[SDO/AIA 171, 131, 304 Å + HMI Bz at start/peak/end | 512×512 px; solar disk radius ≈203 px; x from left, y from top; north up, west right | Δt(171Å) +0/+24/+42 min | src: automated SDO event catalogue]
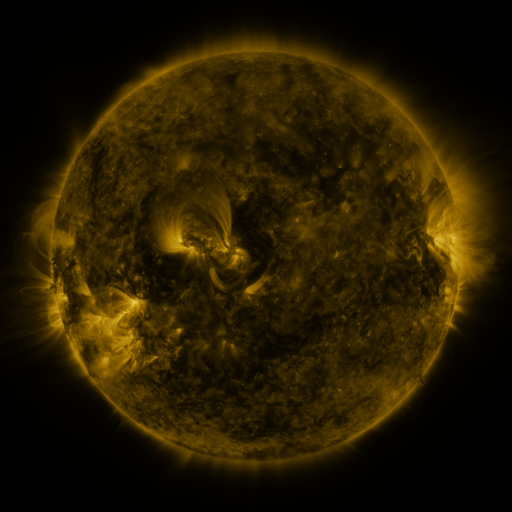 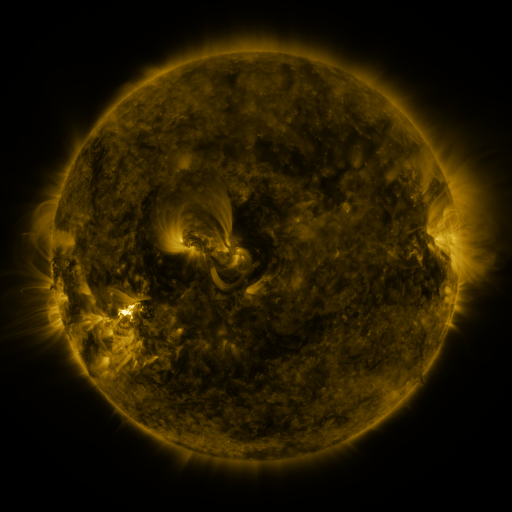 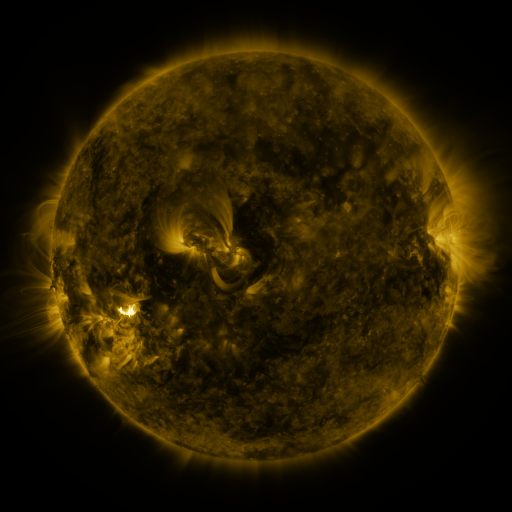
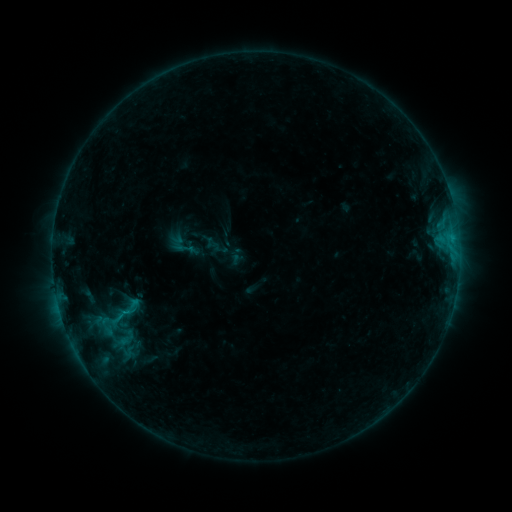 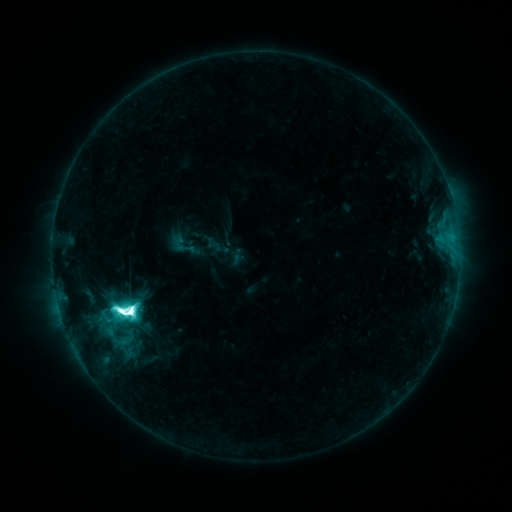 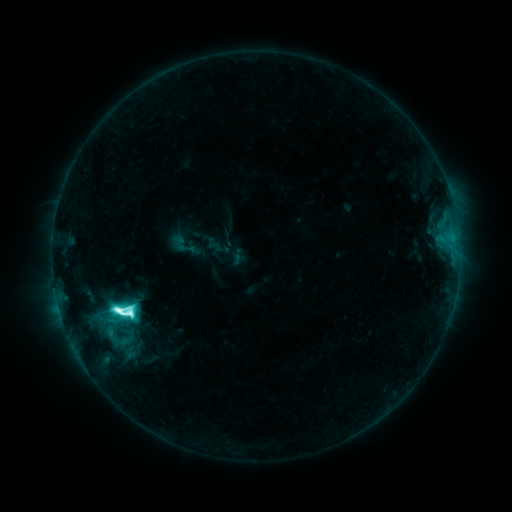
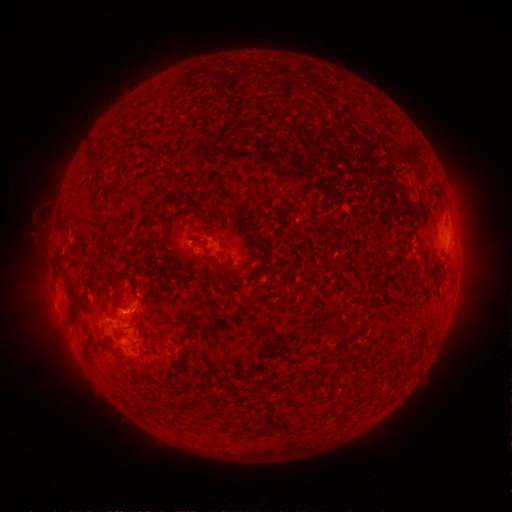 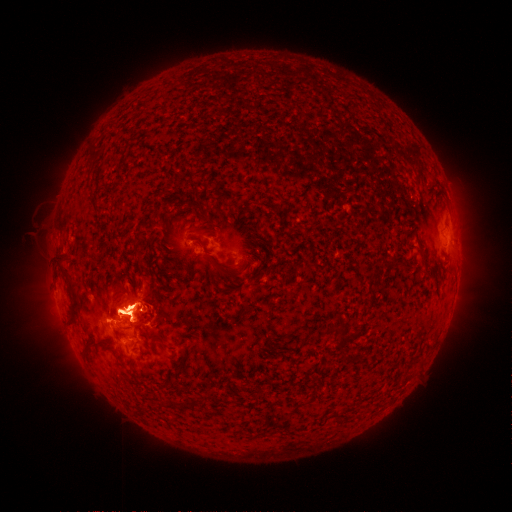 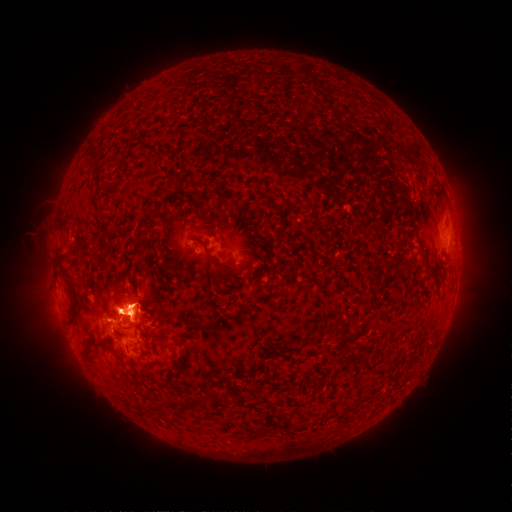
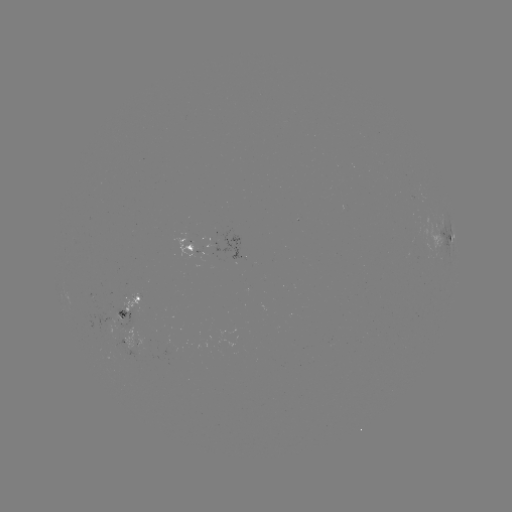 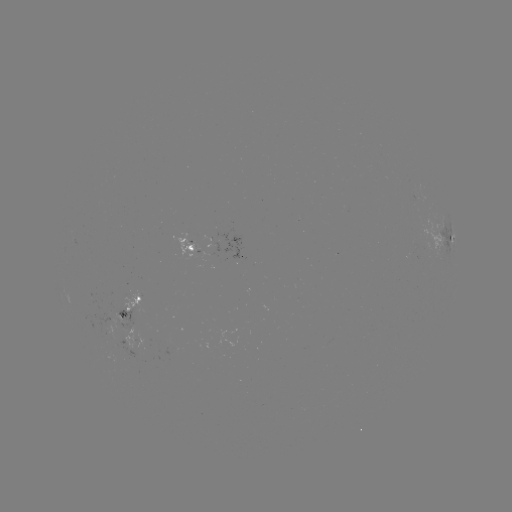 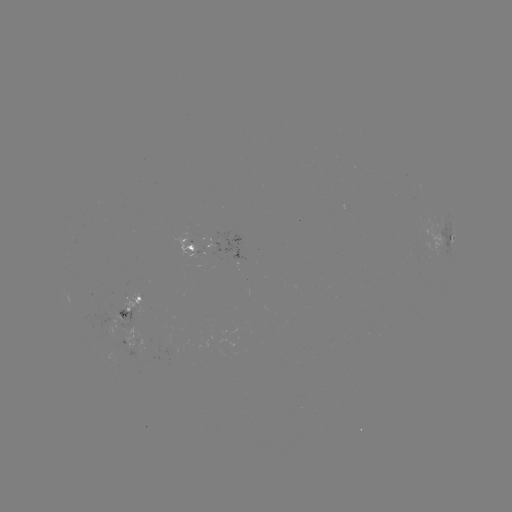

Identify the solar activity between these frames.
M3.9 flare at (130, 311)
